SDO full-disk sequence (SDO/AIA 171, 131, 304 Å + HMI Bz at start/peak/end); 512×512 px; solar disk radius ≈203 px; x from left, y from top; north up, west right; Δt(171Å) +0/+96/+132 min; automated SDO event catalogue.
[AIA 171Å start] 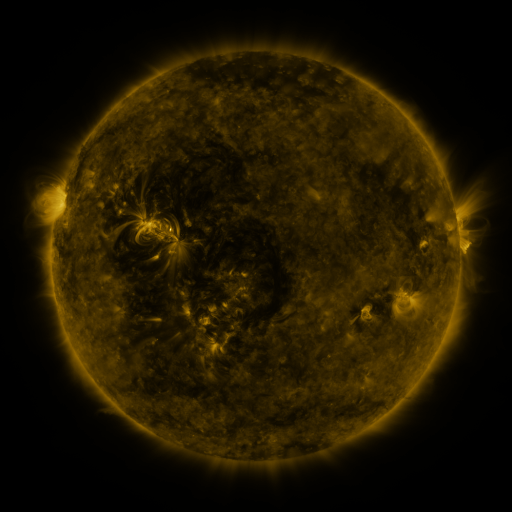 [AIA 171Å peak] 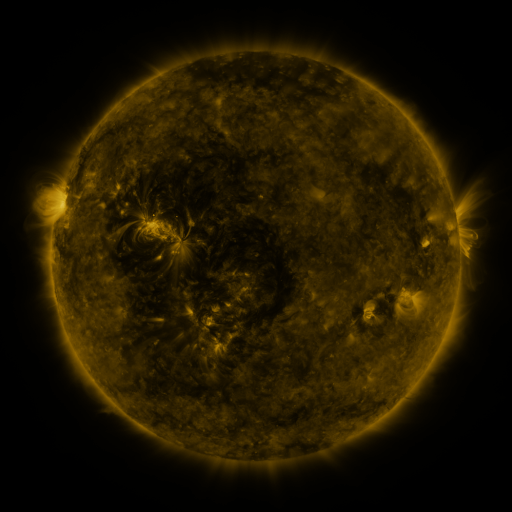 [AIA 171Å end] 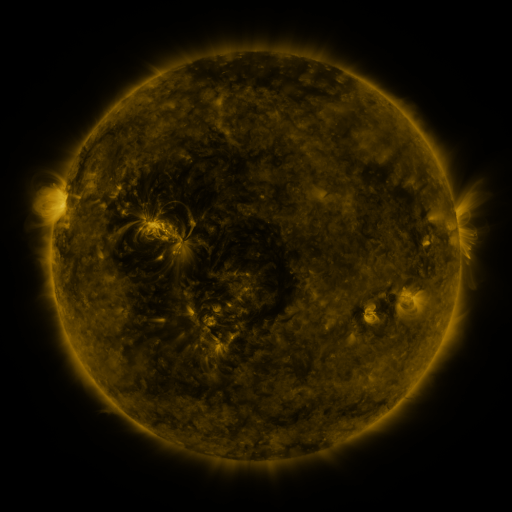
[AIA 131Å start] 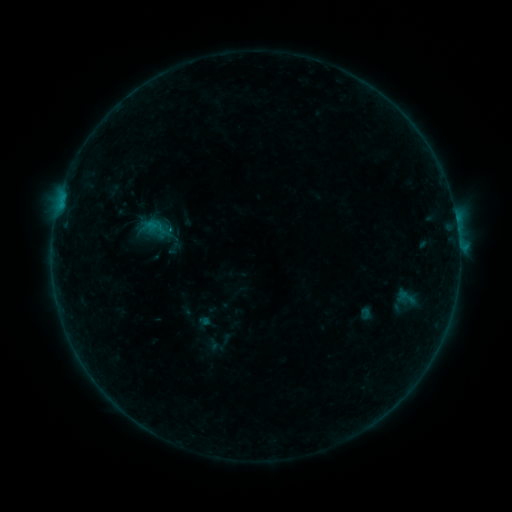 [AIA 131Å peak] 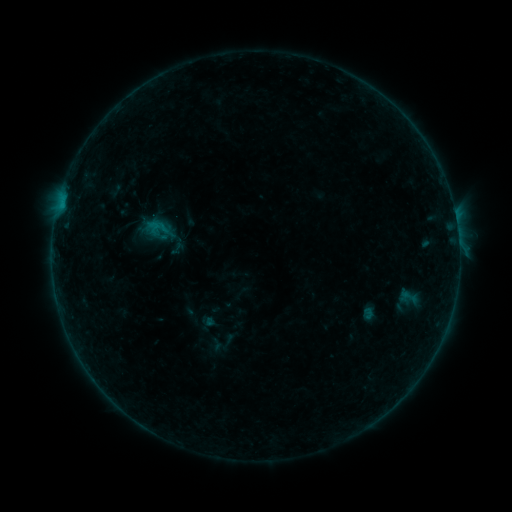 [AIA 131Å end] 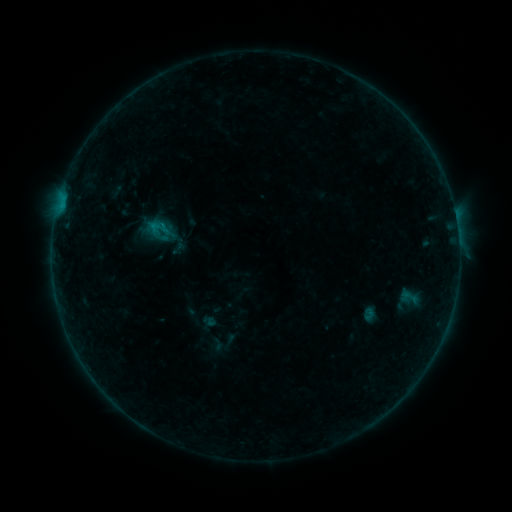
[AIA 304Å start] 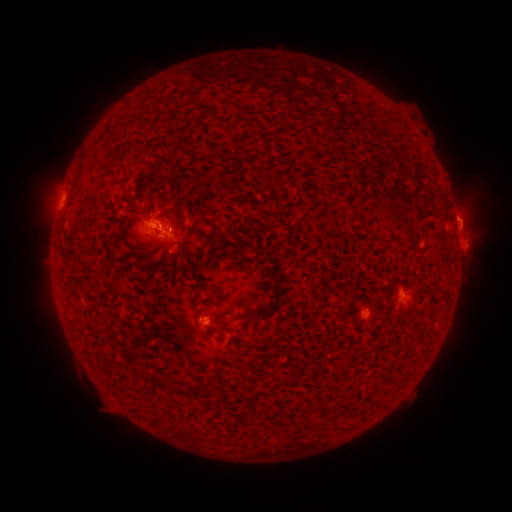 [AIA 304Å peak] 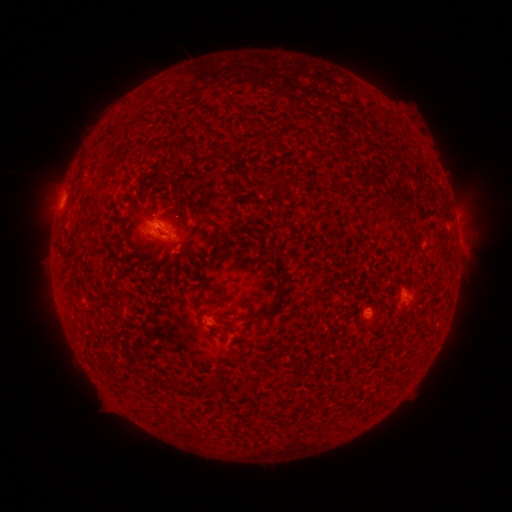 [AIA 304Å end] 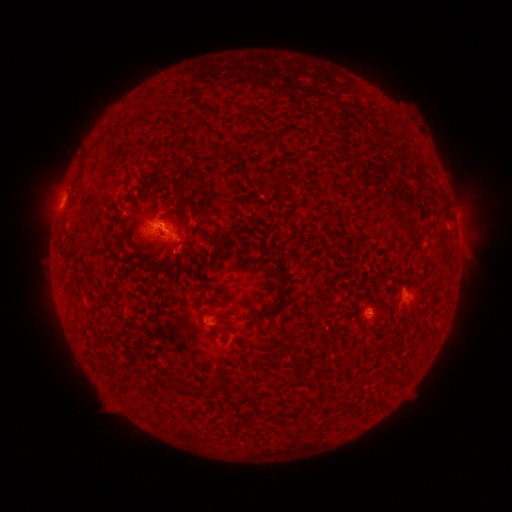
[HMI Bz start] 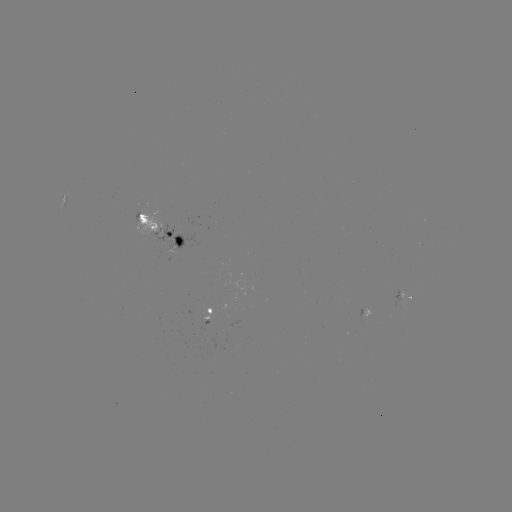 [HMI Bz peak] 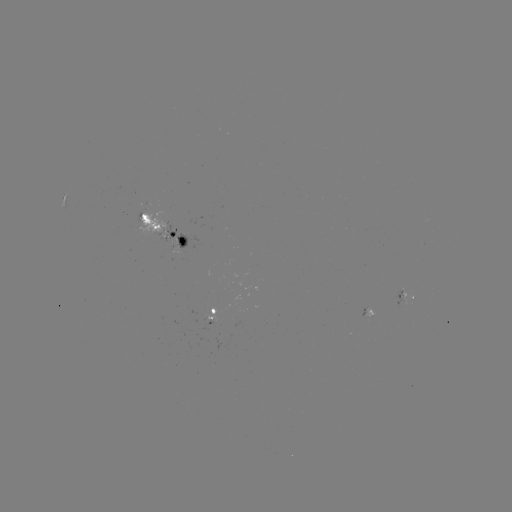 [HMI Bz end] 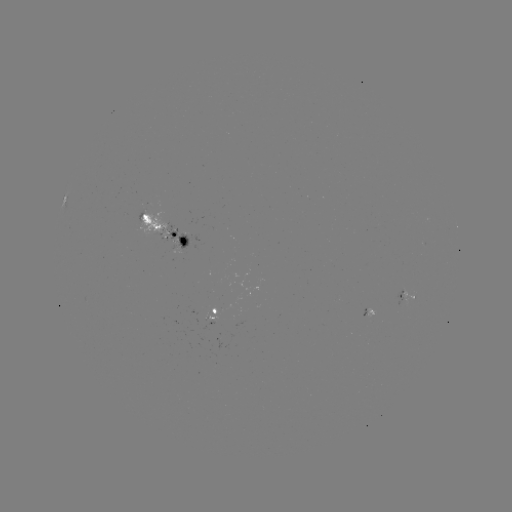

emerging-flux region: (170, 239, 185, 254)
